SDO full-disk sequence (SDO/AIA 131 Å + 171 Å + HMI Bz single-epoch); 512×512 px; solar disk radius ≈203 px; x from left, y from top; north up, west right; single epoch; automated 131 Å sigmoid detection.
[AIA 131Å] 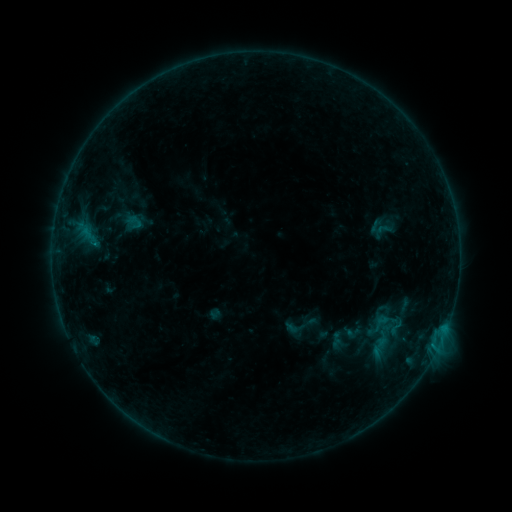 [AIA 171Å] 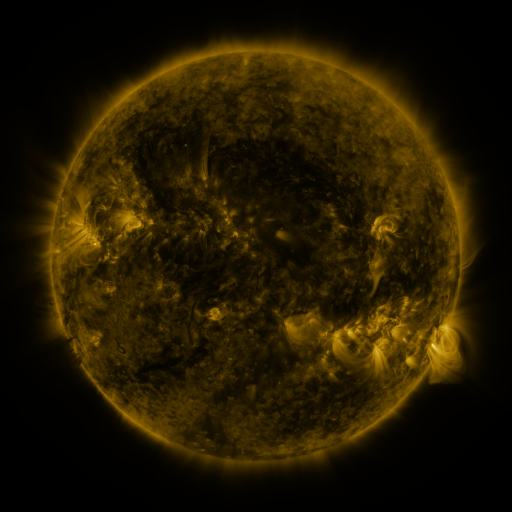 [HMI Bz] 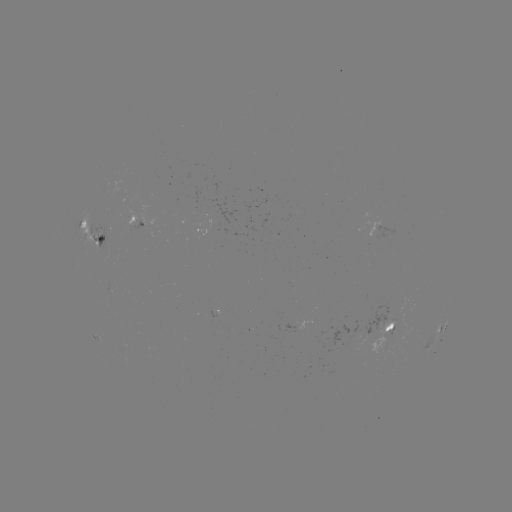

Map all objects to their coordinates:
sigmoid: <bbox>371, 313, 390, 332</bbox>
